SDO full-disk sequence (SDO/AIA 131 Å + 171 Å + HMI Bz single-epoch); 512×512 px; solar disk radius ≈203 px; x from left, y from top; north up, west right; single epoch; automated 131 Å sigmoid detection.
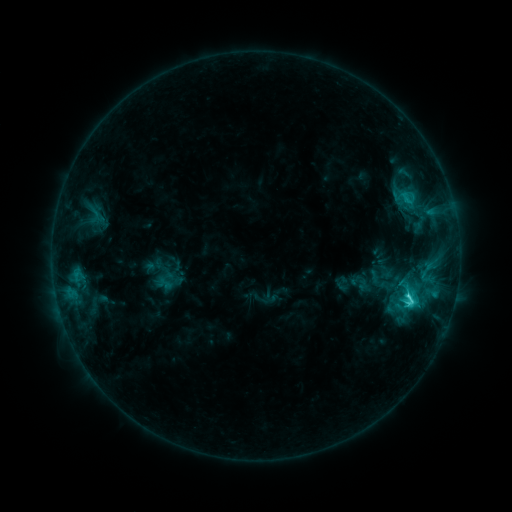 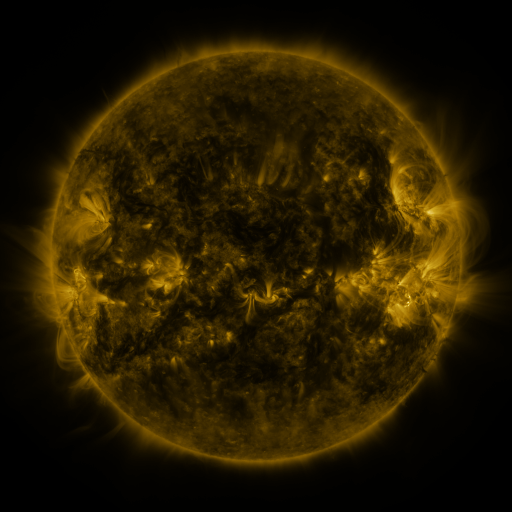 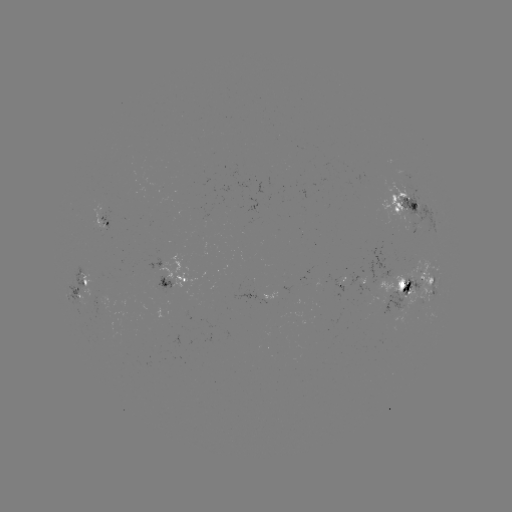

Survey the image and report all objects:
sigmoid: (409, 299)
